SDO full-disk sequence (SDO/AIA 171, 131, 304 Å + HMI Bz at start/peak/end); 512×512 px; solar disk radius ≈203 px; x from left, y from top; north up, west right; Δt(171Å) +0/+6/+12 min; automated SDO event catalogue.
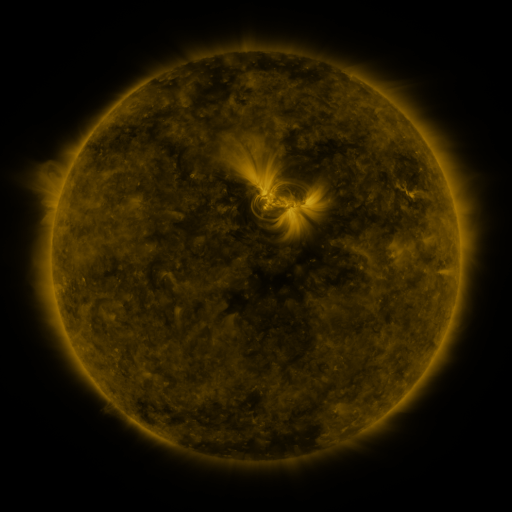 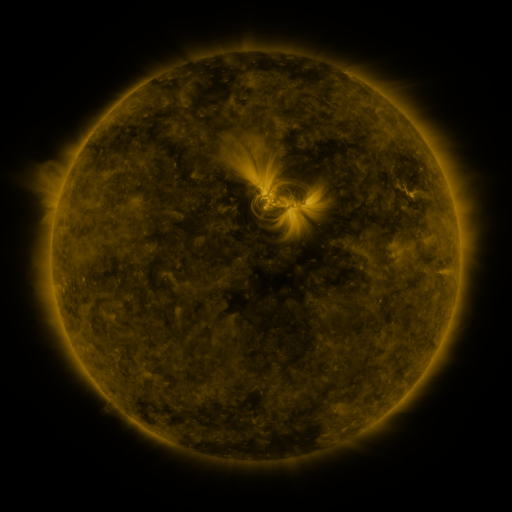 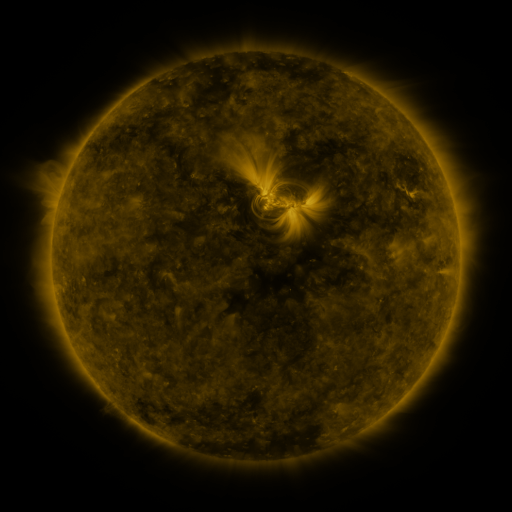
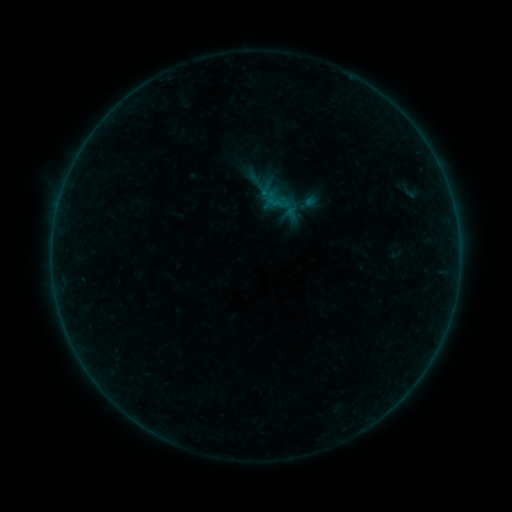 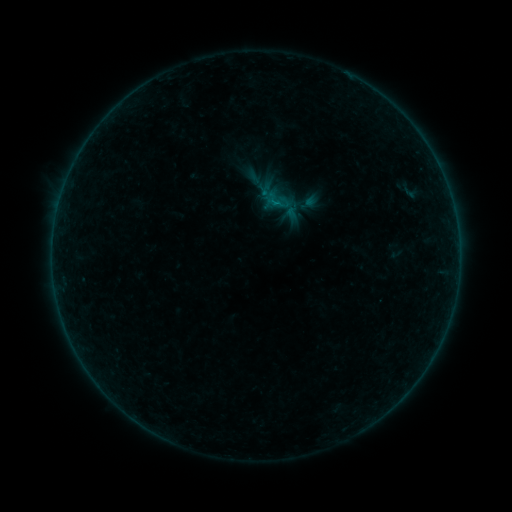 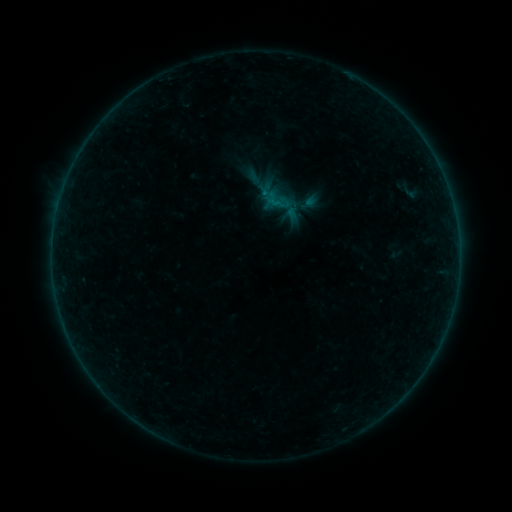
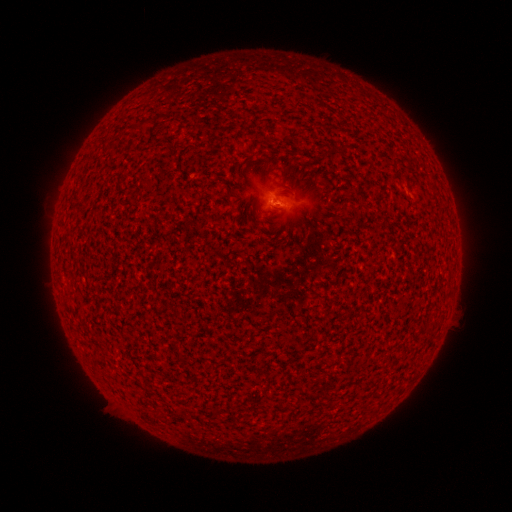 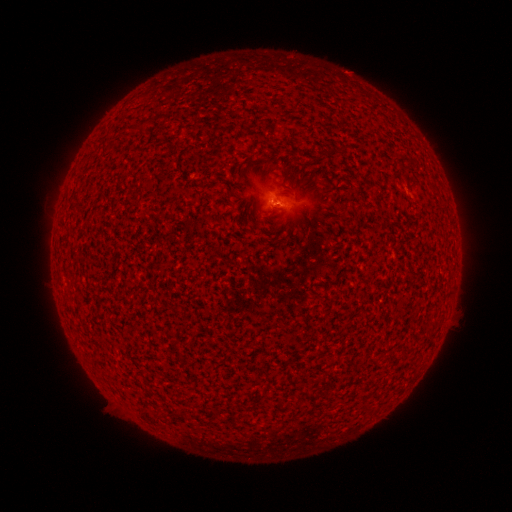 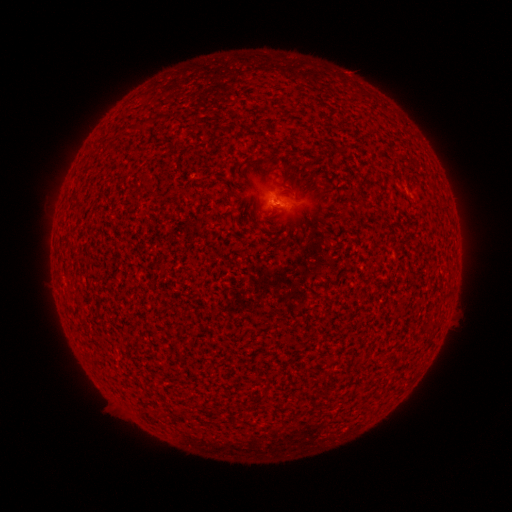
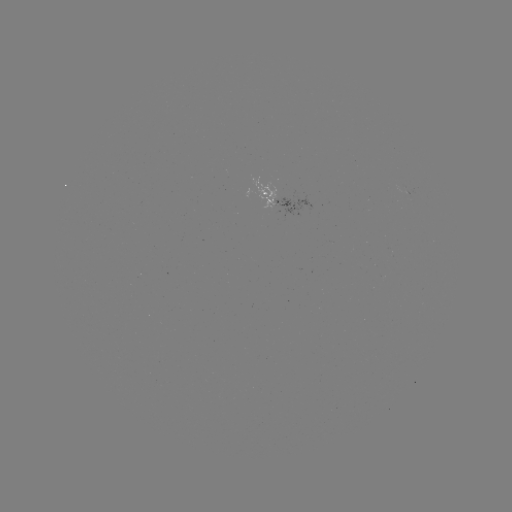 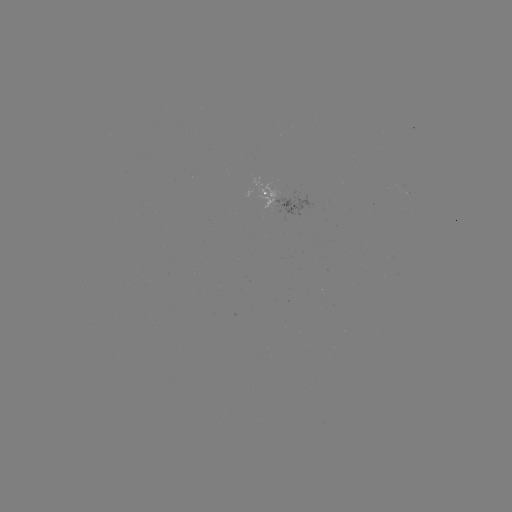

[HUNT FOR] B1.1 flare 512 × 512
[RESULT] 273,207